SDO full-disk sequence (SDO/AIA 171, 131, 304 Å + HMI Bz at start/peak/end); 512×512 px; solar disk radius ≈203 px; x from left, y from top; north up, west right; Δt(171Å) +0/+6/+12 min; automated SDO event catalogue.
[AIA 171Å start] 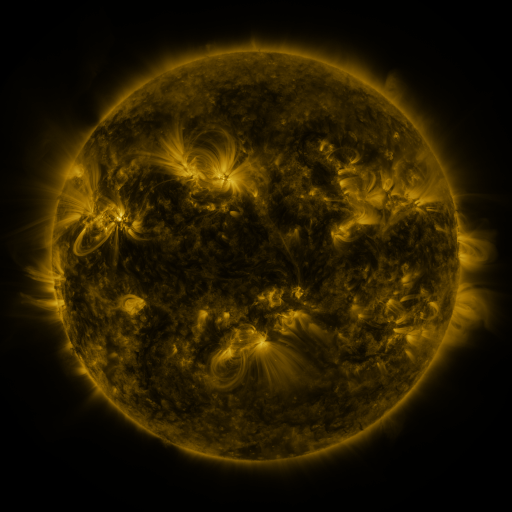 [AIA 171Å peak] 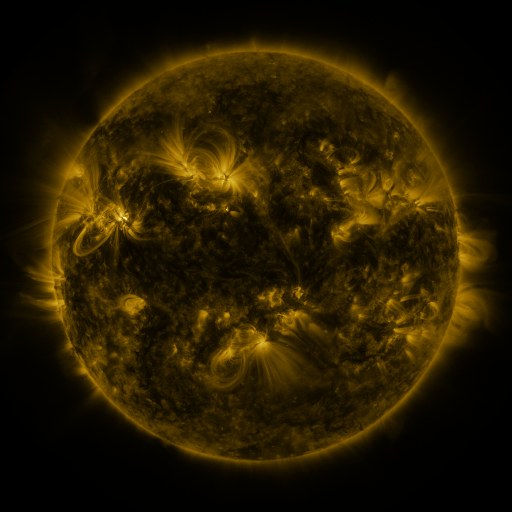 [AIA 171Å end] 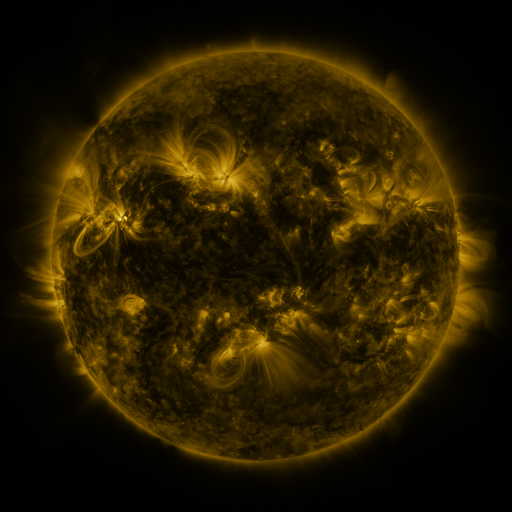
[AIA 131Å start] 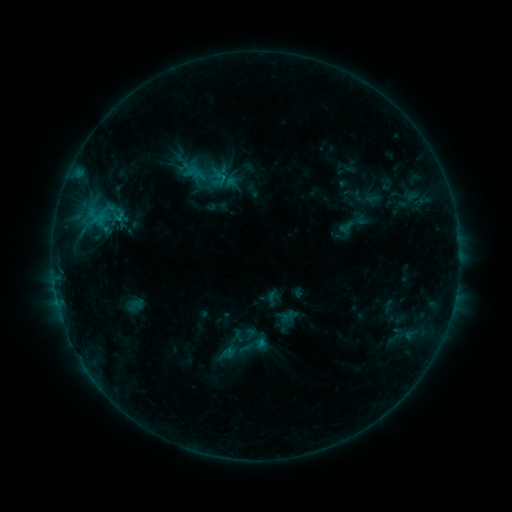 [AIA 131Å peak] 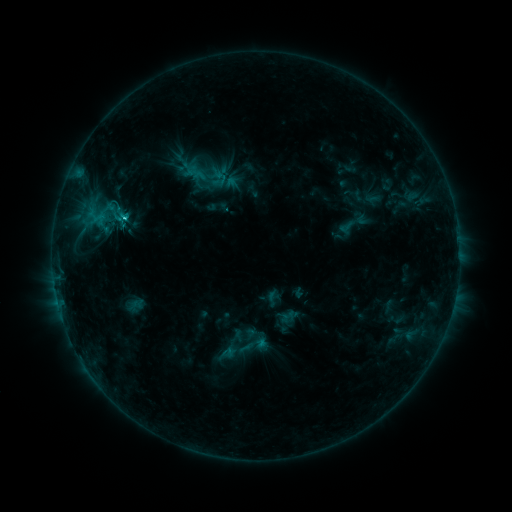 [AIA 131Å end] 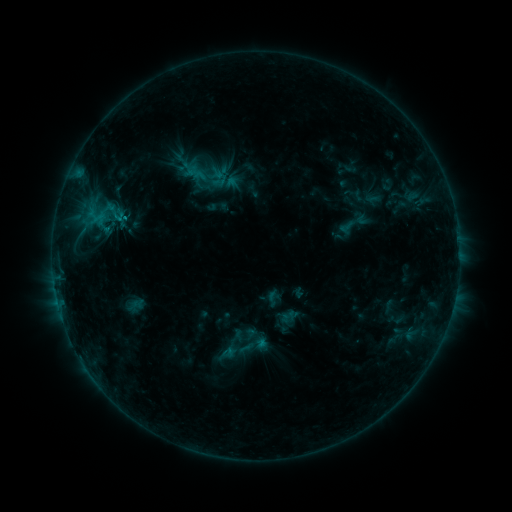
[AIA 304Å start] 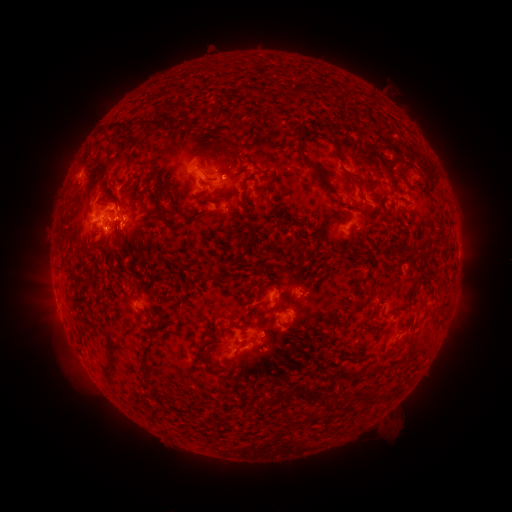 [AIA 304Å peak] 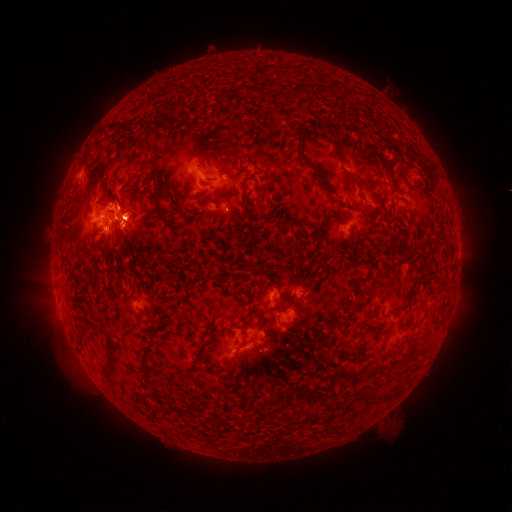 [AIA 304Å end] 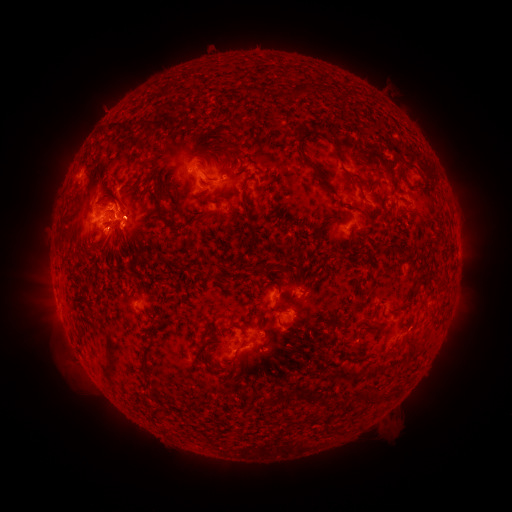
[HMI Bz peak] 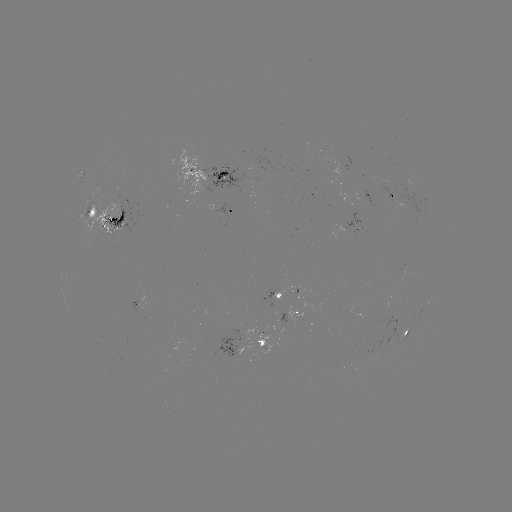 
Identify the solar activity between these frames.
eruption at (126, 220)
